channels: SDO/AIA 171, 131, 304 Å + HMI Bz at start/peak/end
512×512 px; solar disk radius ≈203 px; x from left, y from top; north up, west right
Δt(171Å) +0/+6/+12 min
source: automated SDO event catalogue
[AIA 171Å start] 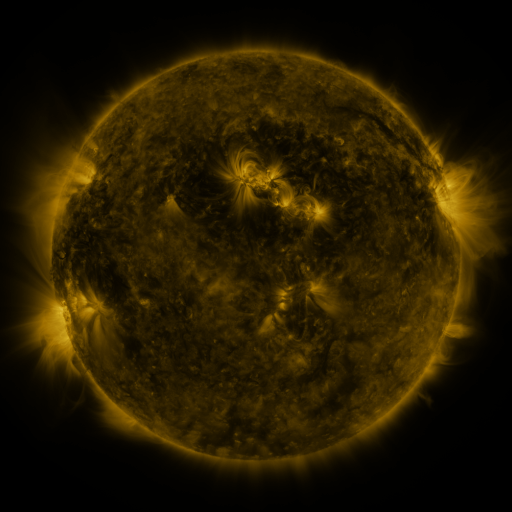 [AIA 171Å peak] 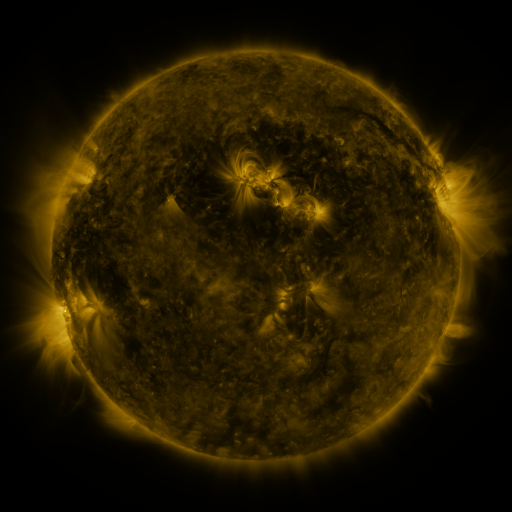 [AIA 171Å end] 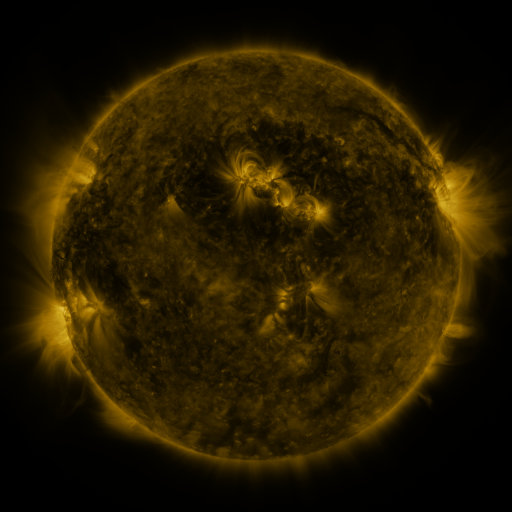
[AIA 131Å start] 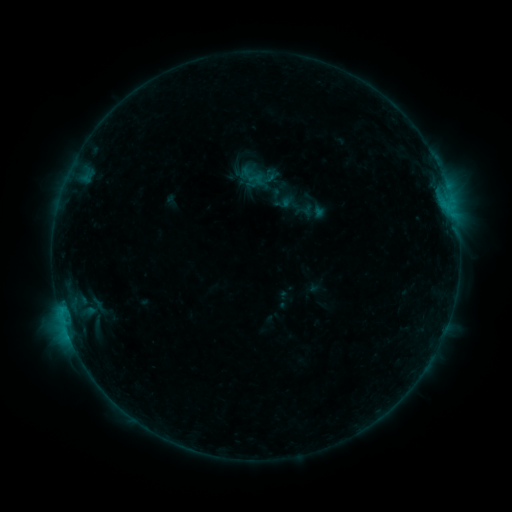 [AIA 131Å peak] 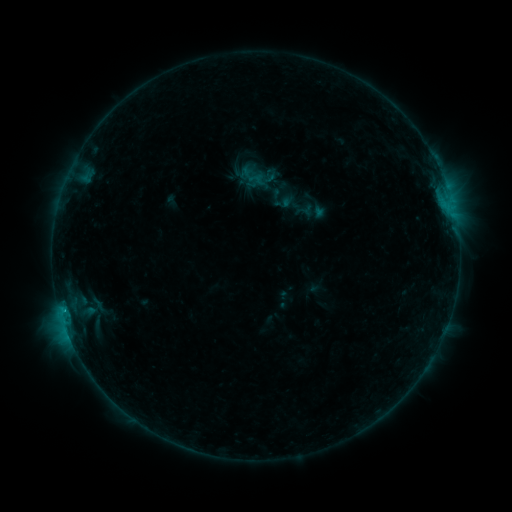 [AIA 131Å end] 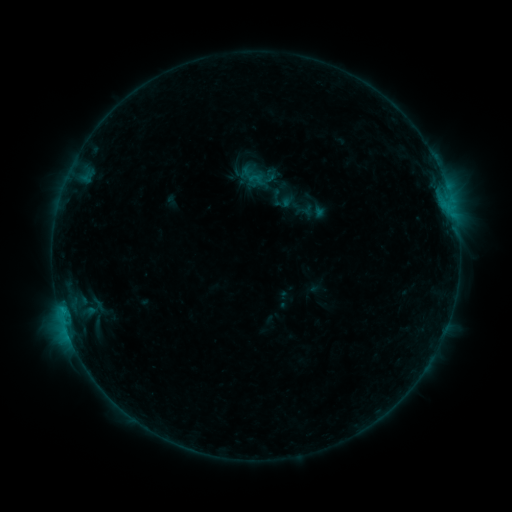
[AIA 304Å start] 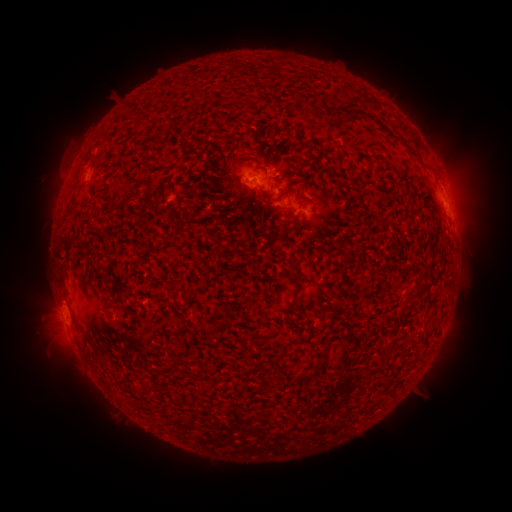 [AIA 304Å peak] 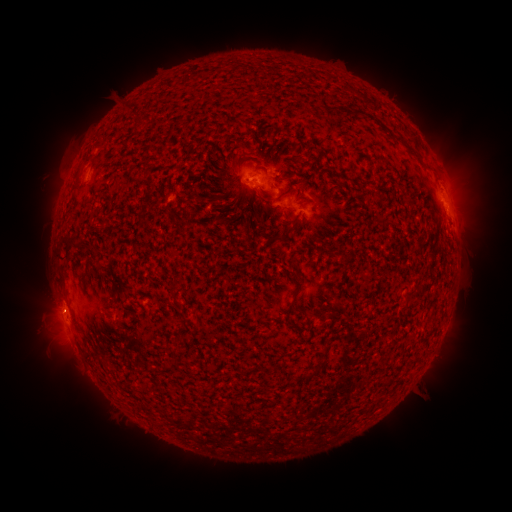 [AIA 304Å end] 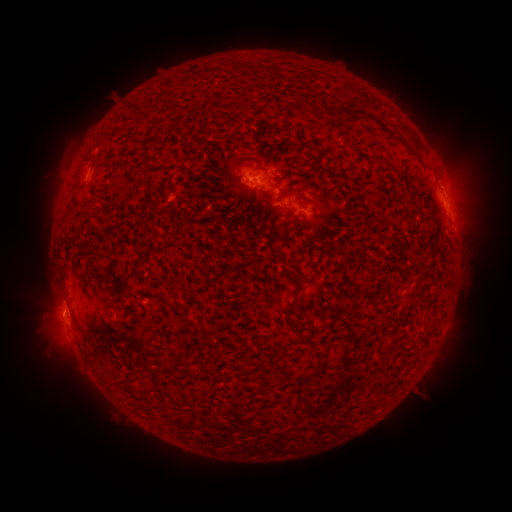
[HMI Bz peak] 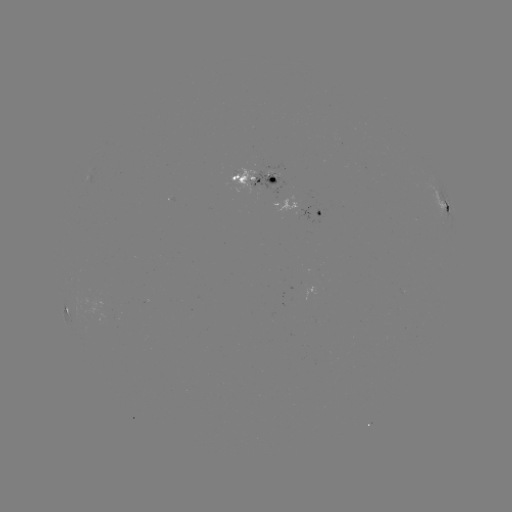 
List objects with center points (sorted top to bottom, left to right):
eruption: (58, 311)
